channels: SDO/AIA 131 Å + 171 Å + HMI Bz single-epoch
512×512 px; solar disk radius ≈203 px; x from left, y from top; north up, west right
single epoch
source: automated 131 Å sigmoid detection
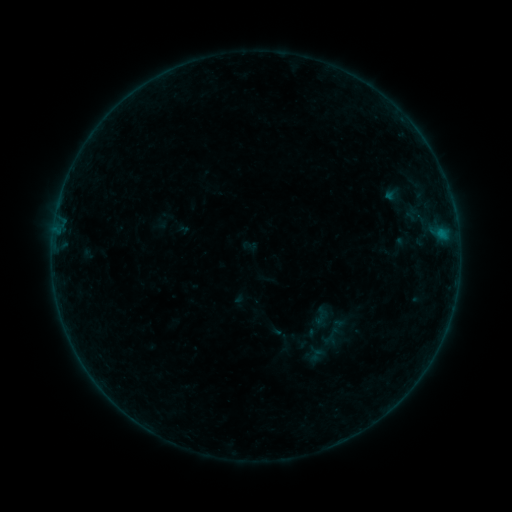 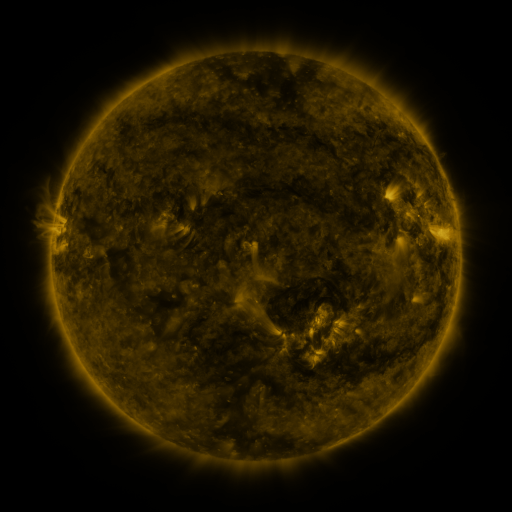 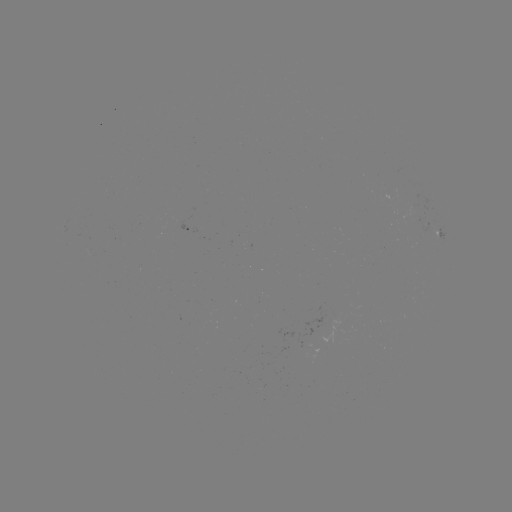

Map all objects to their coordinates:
sigmoid: (310, 306, 329, 325)
